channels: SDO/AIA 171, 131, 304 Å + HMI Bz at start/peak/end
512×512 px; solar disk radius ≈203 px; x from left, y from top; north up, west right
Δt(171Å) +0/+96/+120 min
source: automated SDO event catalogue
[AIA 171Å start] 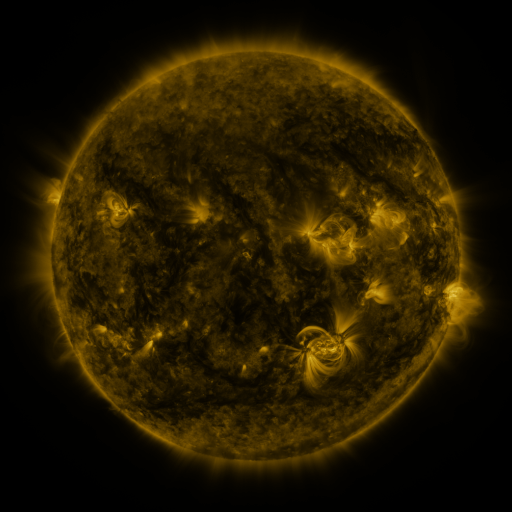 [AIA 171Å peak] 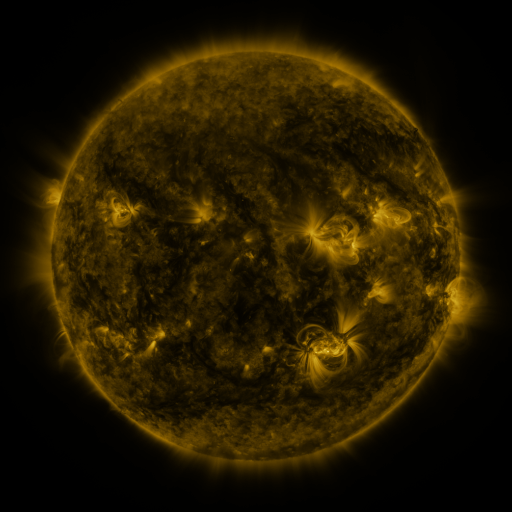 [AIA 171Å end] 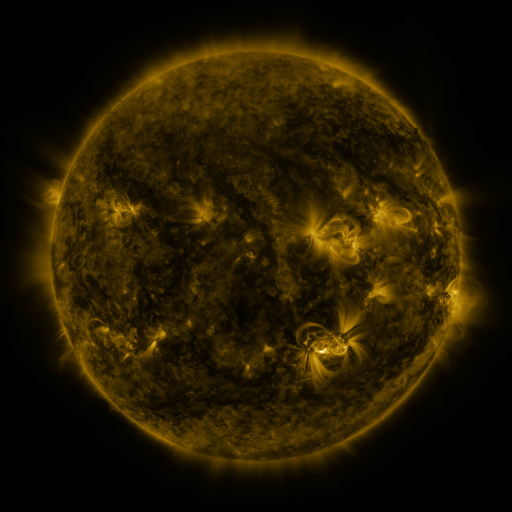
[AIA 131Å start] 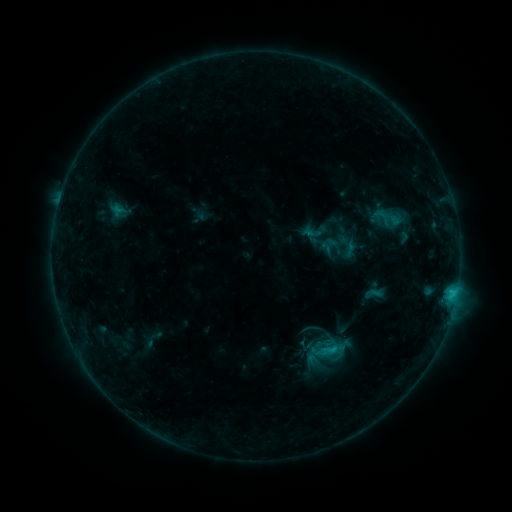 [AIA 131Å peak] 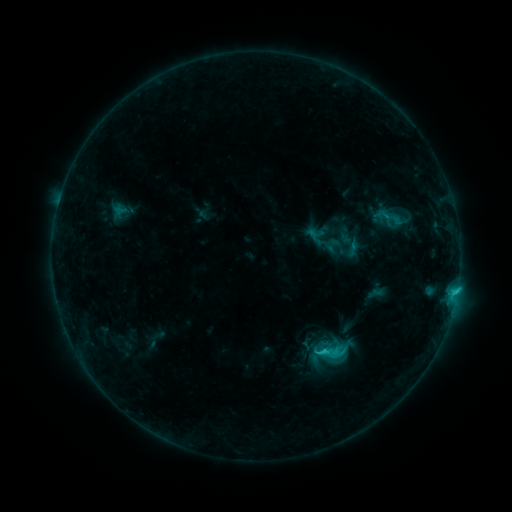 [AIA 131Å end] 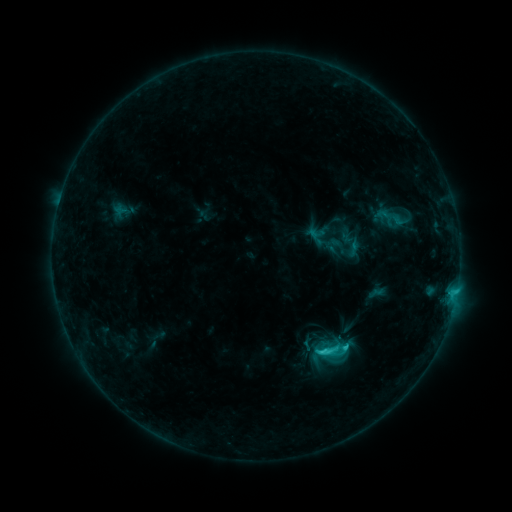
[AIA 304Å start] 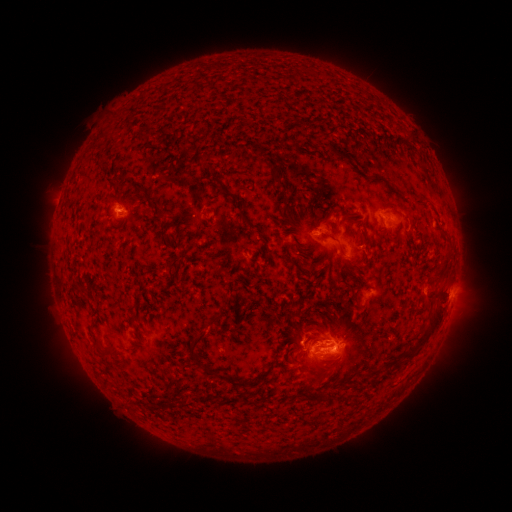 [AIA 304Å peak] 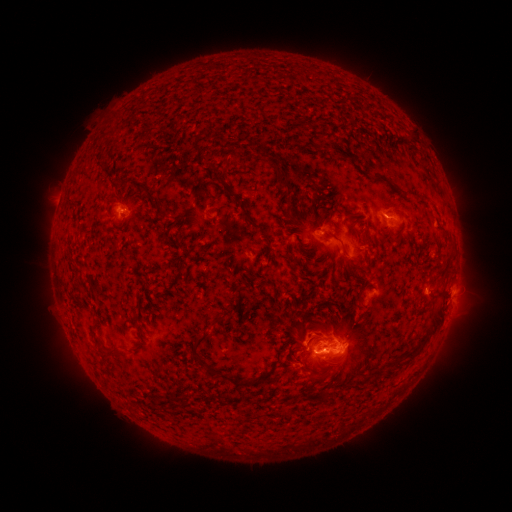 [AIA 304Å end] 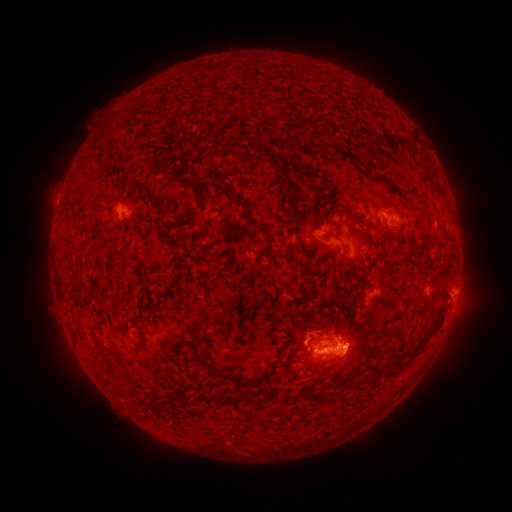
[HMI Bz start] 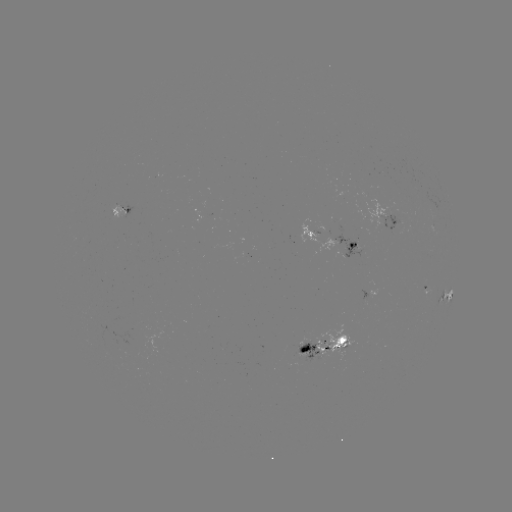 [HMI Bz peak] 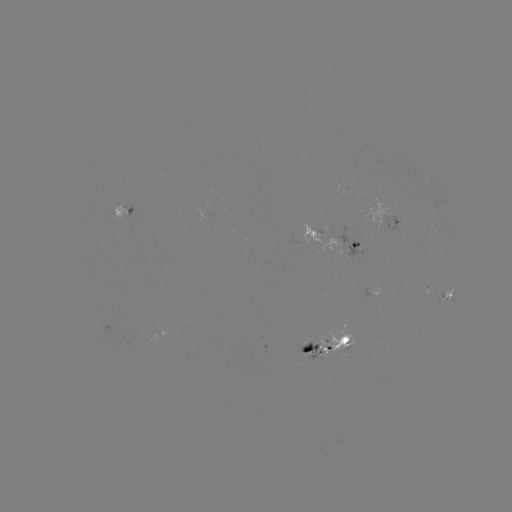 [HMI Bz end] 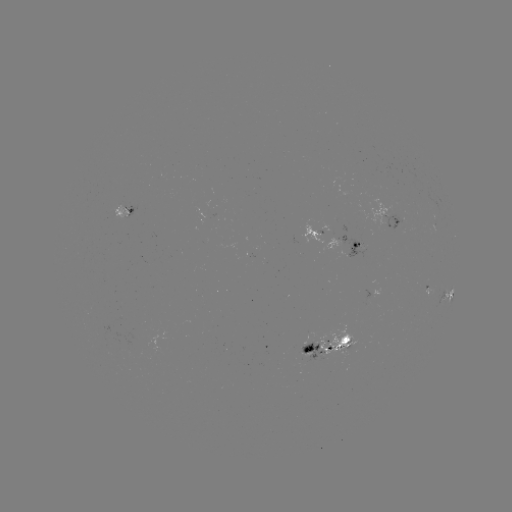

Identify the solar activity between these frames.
emerging-flux region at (344, 345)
